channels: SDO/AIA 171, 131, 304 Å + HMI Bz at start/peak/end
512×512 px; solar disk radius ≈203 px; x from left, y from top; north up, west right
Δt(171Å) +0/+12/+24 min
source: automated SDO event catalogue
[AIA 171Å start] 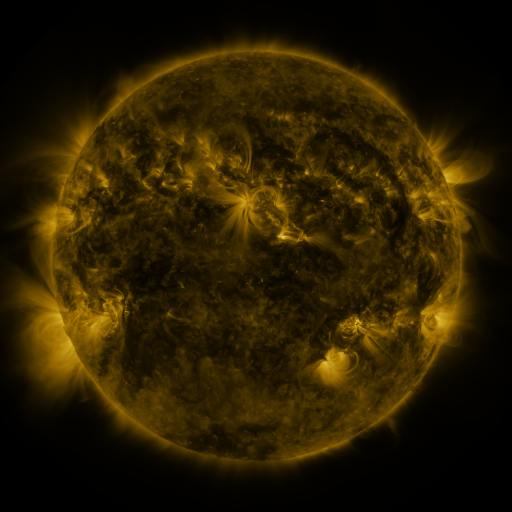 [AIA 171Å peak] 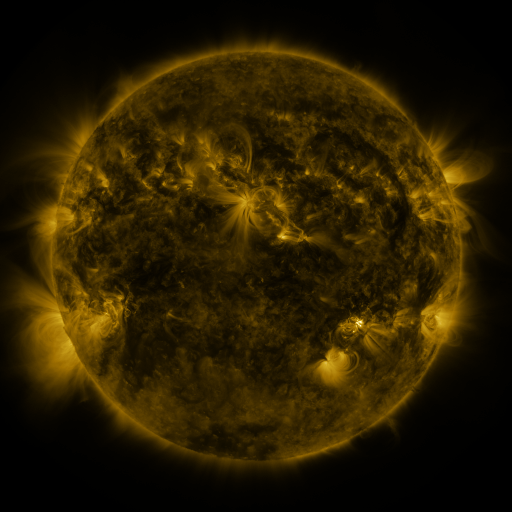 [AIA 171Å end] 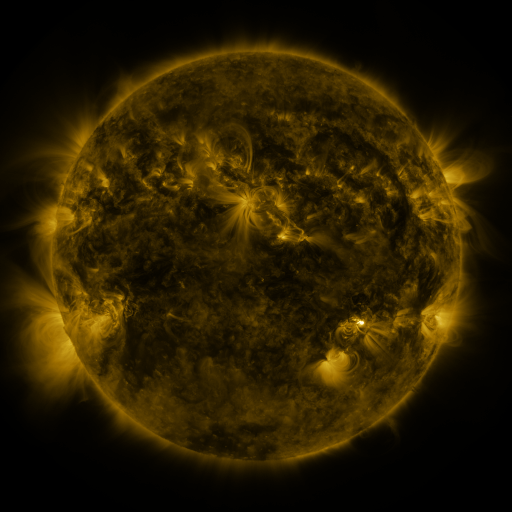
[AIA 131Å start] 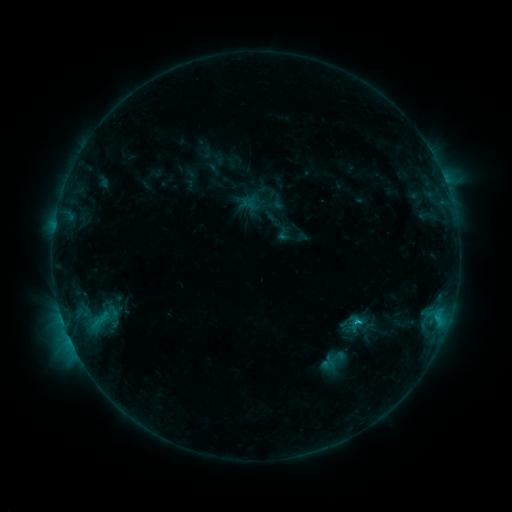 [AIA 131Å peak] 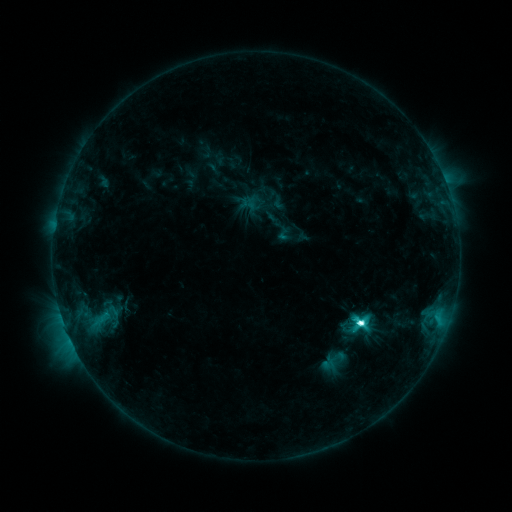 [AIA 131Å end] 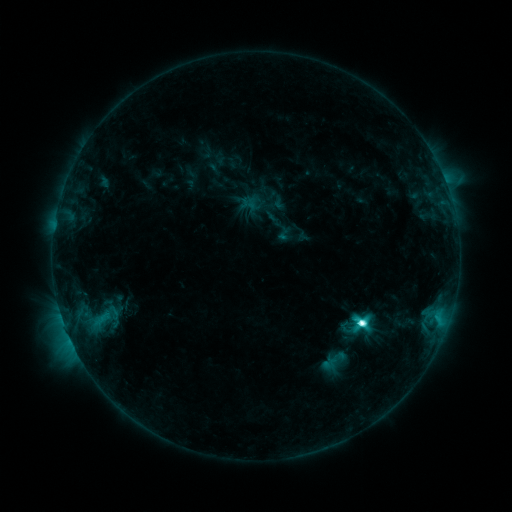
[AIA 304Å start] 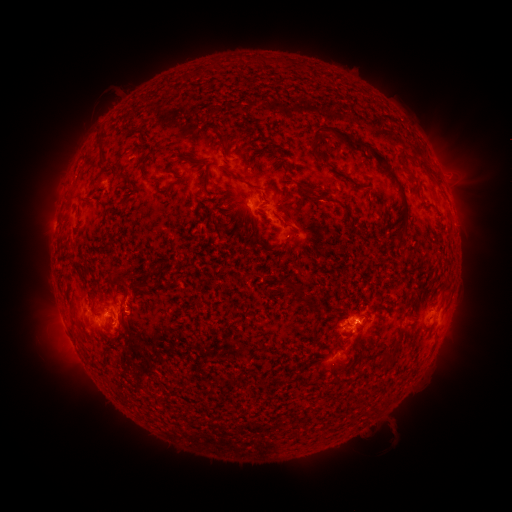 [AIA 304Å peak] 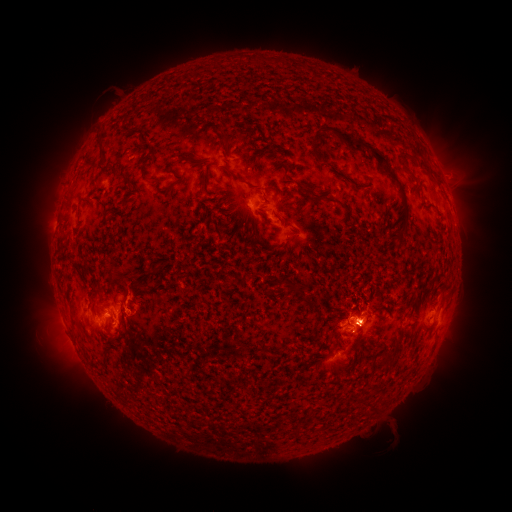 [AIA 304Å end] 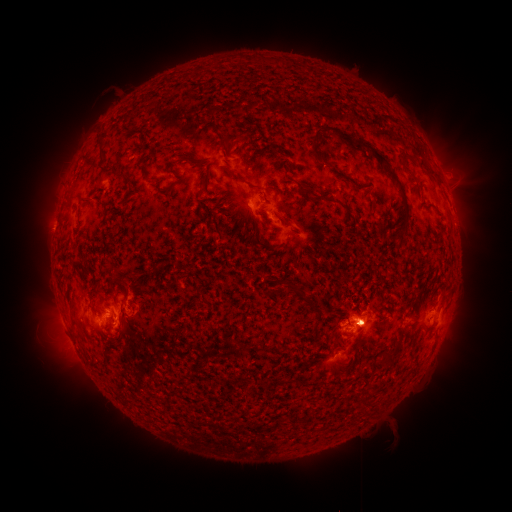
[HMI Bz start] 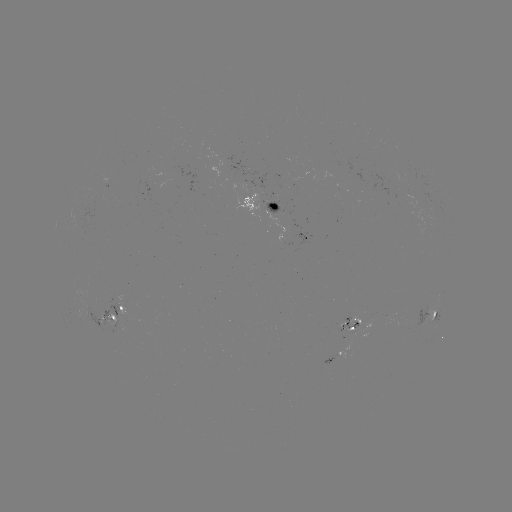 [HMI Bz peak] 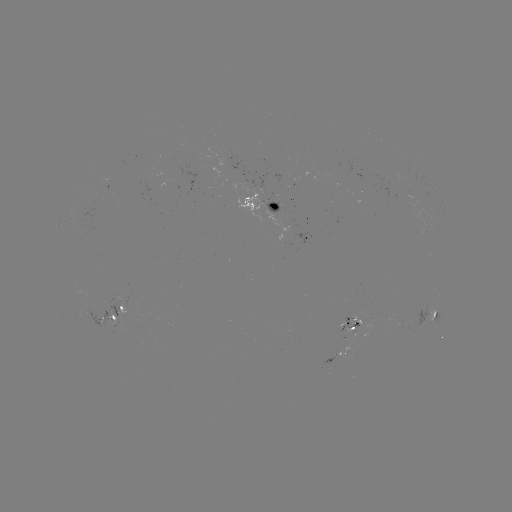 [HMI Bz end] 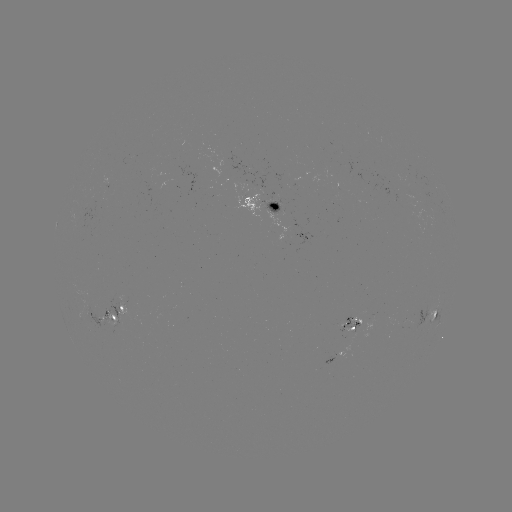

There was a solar flare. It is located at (359, 322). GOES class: M1.5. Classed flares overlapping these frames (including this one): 1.